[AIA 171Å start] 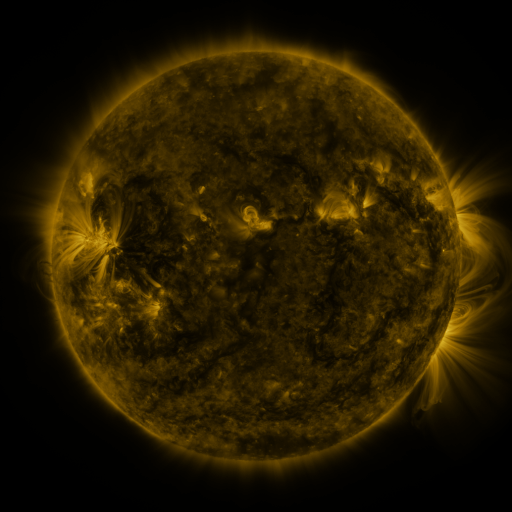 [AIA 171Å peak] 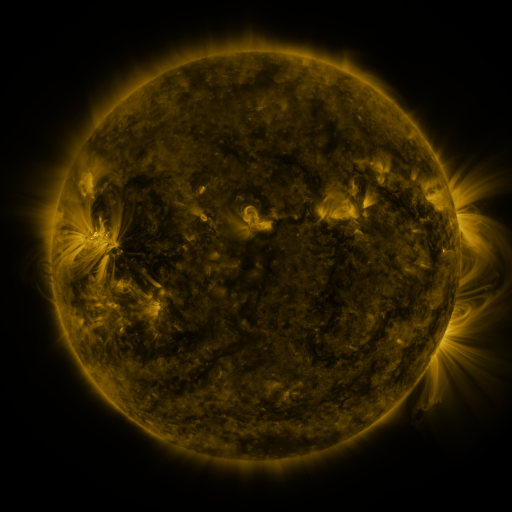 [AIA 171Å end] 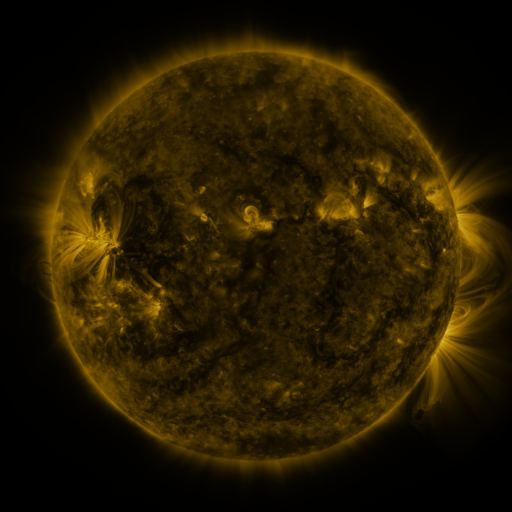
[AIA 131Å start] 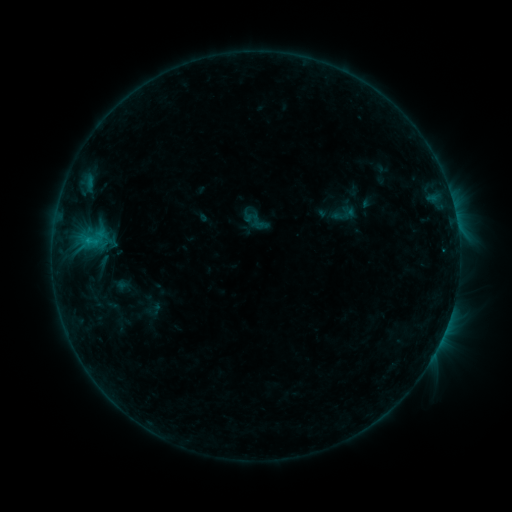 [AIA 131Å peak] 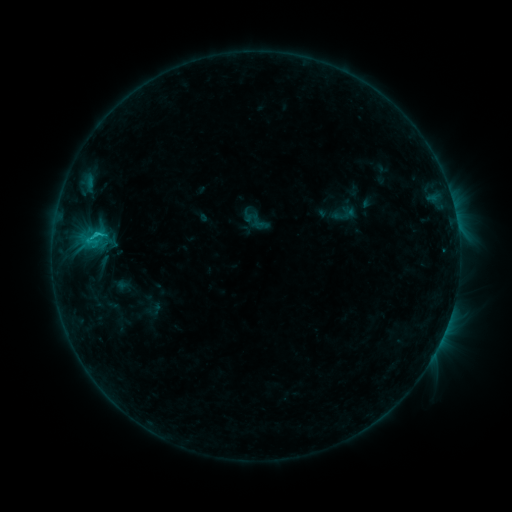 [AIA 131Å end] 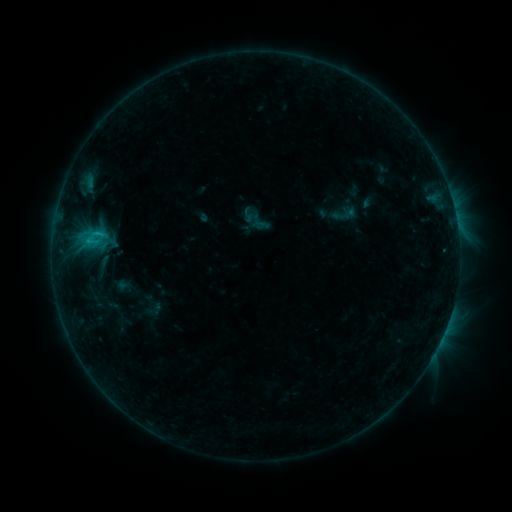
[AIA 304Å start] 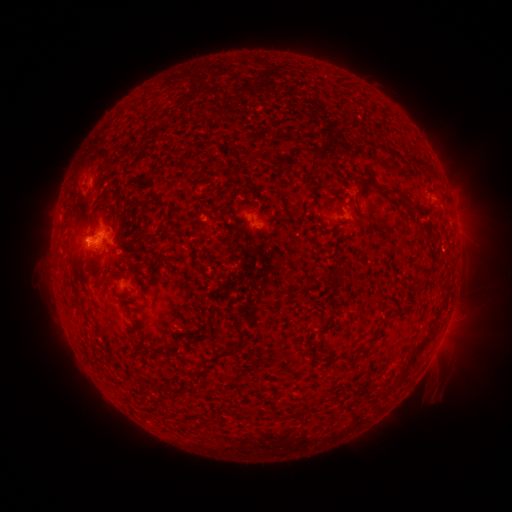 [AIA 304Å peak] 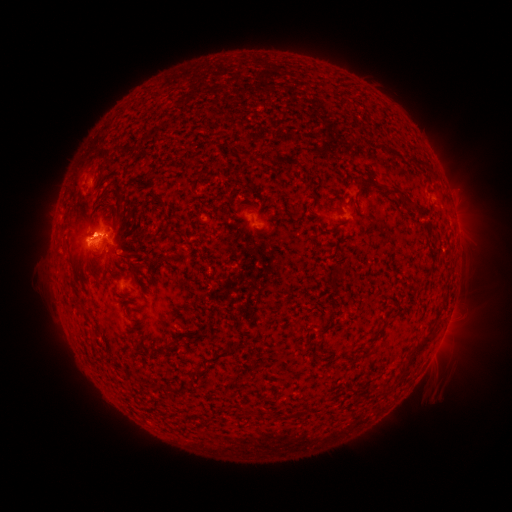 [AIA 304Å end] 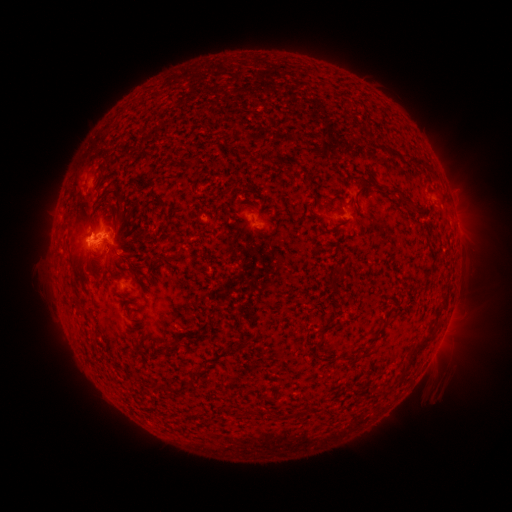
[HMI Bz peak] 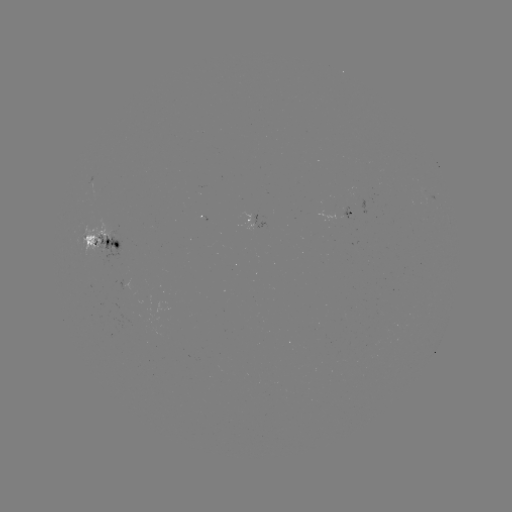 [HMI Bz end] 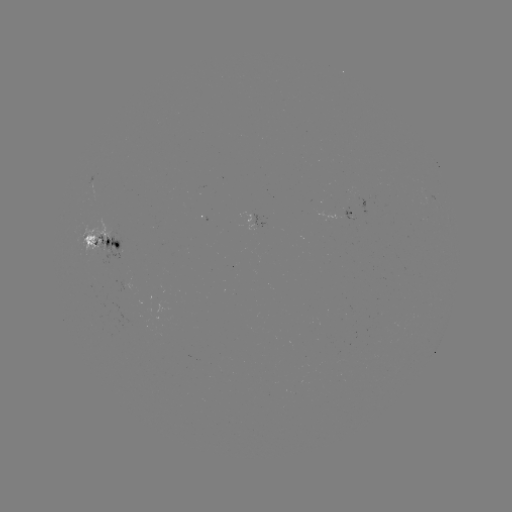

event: flare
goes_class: C1.4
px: (99, 234)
